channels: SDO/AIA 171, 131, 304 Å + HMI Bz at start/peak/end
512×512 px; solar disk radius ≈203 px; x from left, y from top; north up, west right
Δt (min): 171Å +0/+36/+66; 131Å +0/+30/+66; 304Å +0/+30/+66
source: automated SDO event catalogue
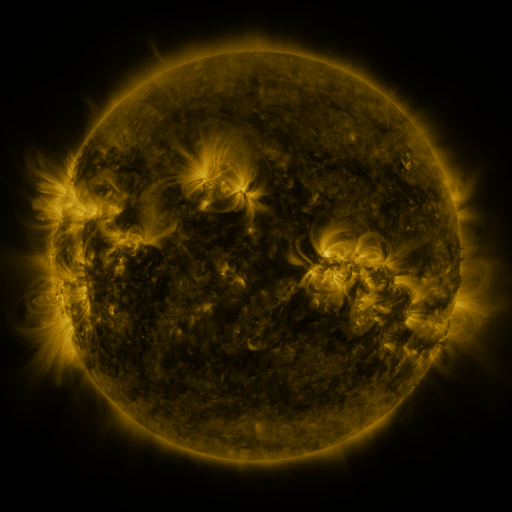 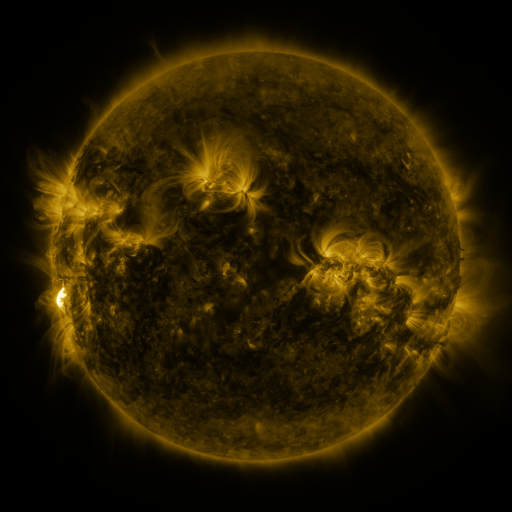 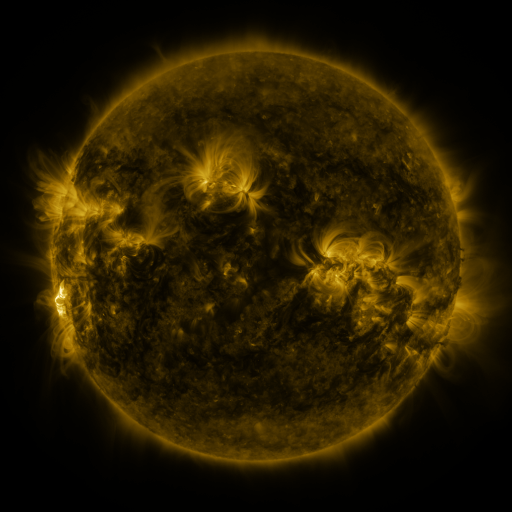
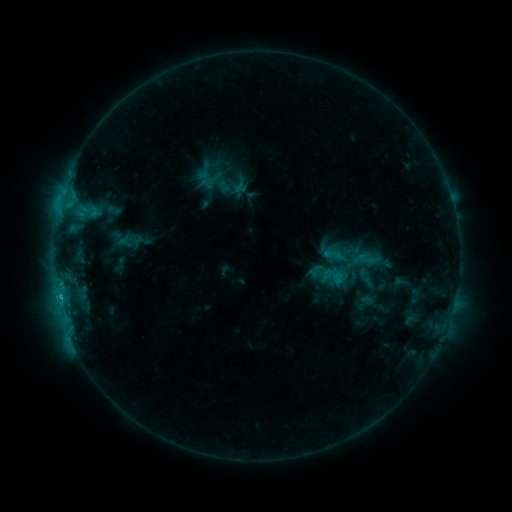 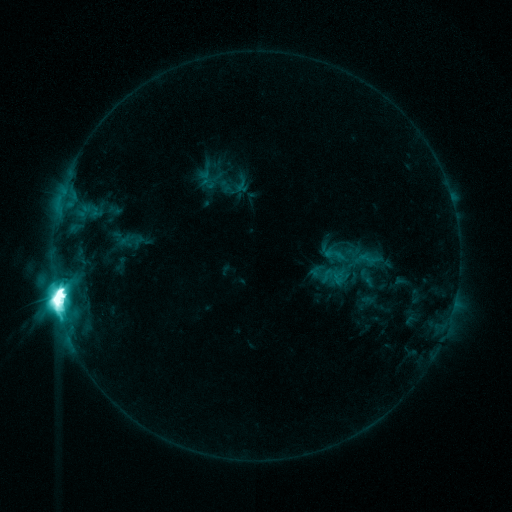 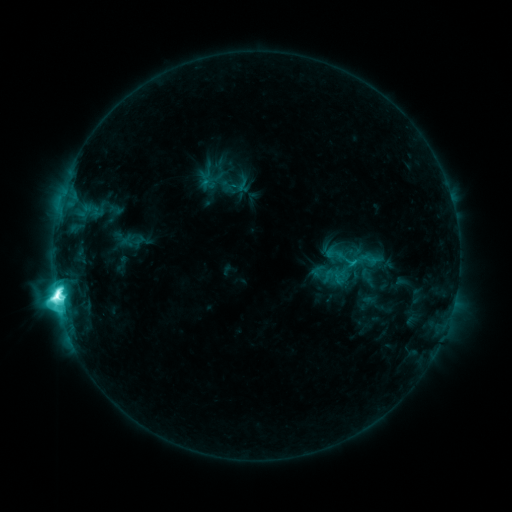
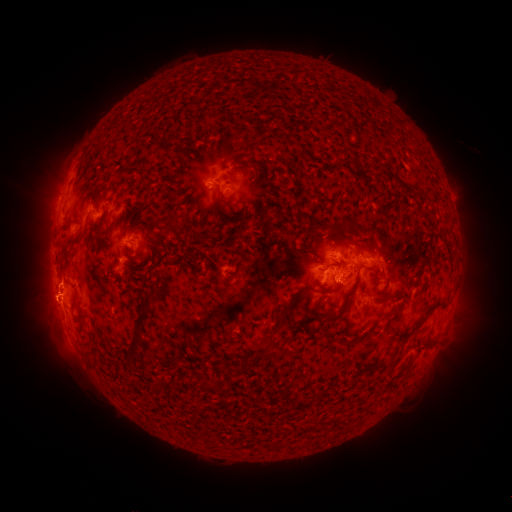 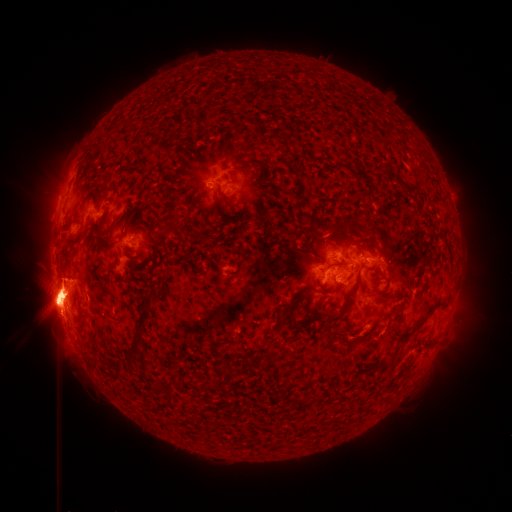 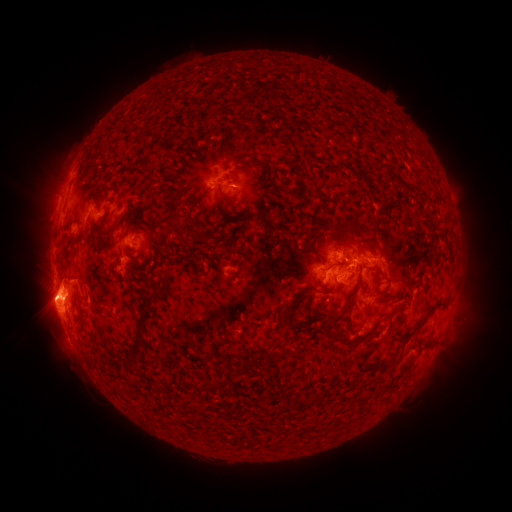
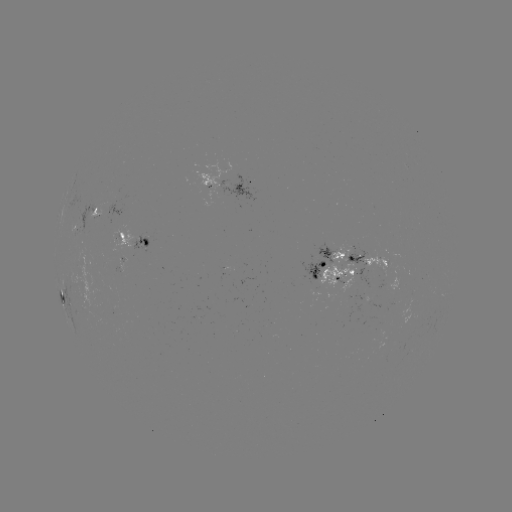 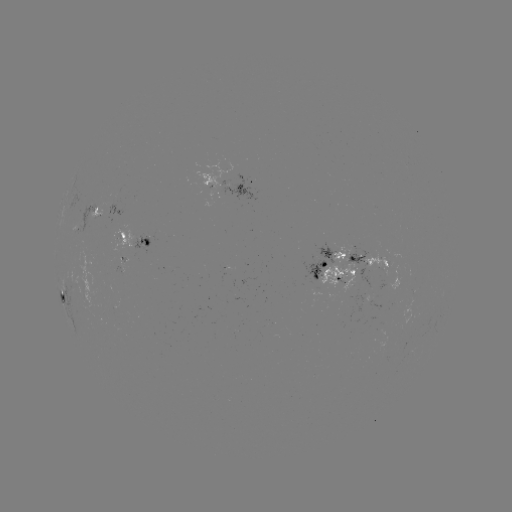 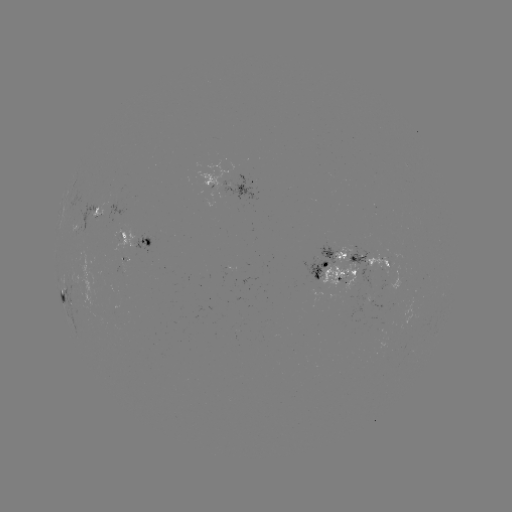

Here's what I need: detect filament eruption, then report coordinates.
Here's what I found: filament eruption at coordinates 52,300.